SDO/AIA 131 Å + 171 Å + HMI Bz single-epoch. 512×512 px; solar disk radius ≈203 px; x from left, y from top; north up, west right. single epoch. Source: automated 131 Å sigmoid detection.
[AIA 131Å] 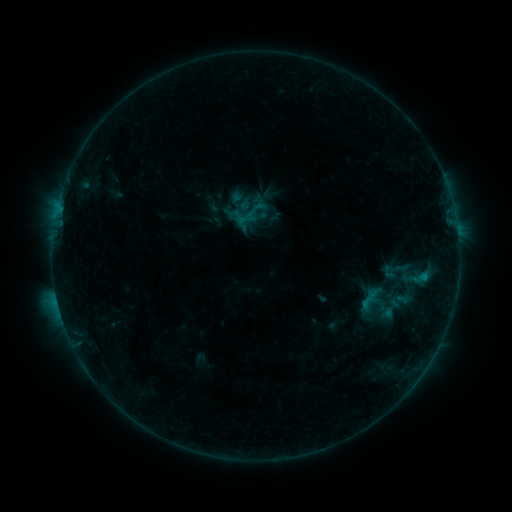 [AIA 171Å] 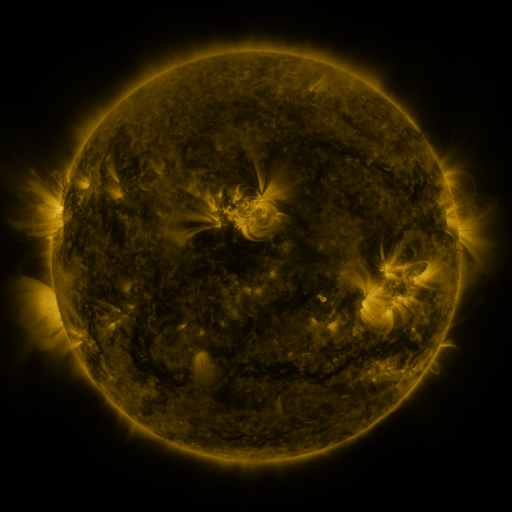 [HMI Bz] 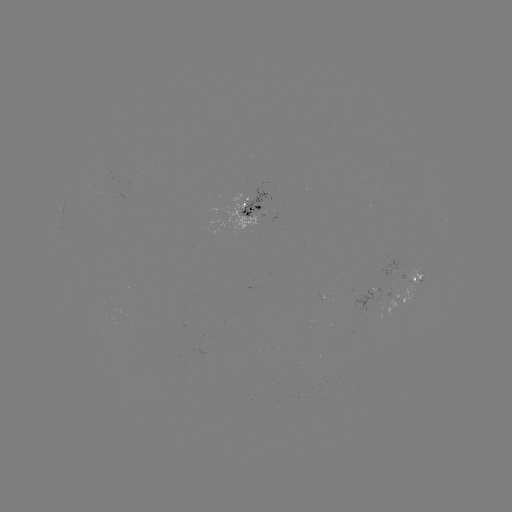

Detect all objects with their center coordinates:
sigmoid: [231, 191, 253, 212]
sigmoid: [238, 209, 256, 227]
sigmoid: [380, 297, 401, 319]
